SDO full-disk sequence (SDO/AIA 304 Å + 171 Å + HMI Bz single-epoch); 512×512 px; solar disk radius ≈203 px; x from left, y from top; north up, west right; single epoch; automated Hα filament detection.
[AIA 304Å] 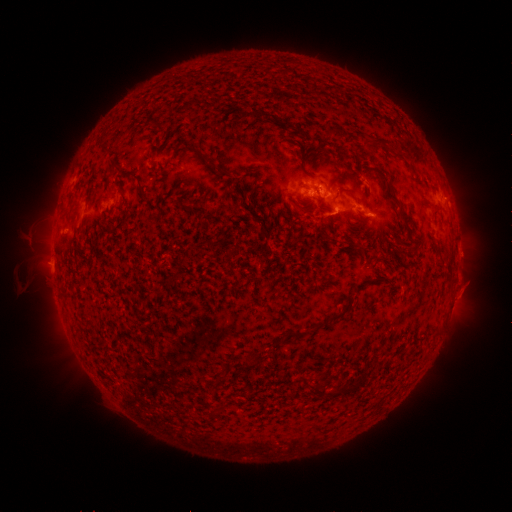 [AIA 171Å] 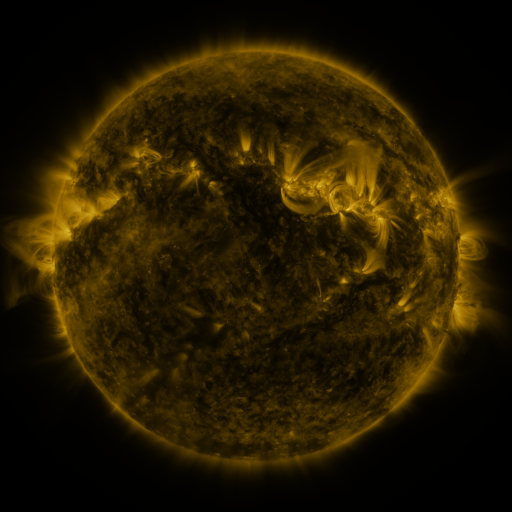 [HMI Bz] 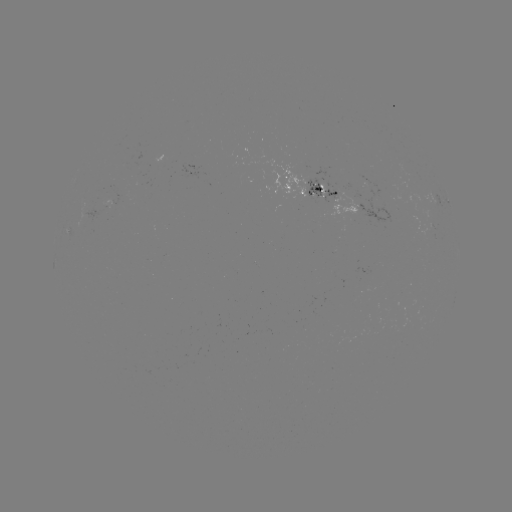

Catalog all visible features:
filament: (191, 103)
filament: (246, 115)
filament: (372, 140)
filament: (219, 170)
filament: (141, 192)
filament: (397, 202)
filament: (432, 207)
filament: (172, 278)
filament: (346, 309)
filament: (299, 332)
filament: (254, 359)
filament: (342, 390)
filament: (318, 391)
